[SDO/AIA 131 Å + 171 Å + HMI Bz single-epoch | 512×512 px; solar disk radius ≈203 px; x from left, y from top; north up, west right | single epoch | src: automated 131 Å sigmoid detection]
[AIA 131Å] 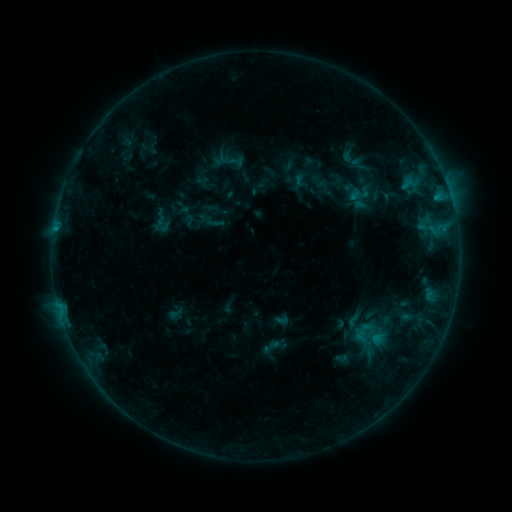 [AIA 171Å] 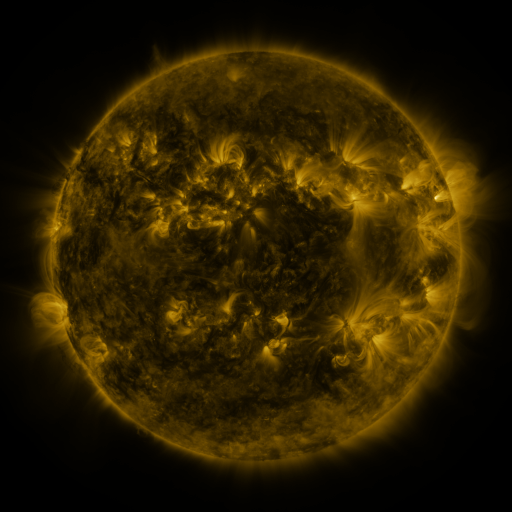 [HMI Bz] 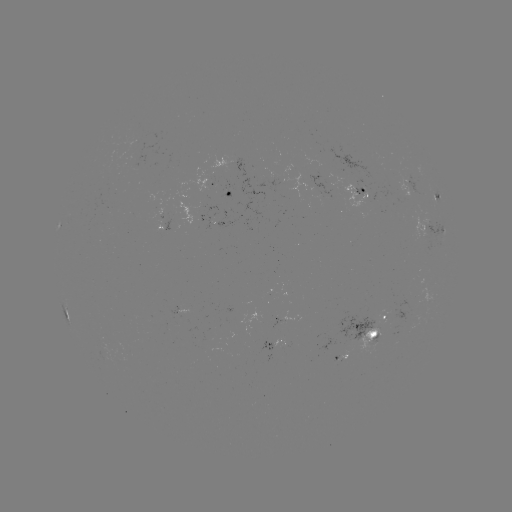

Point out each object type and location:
sigmoid: (360, 194)
sigmoid: (353, 320)
